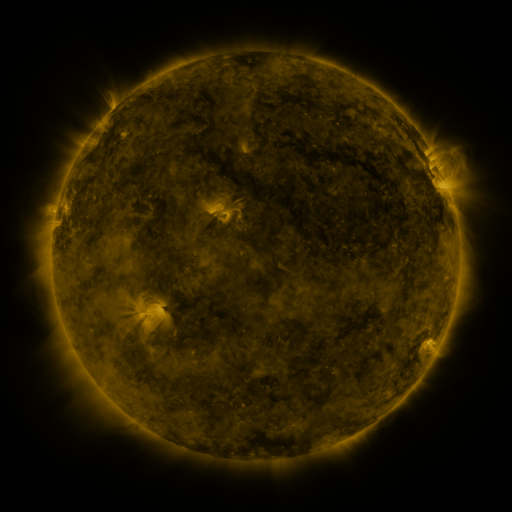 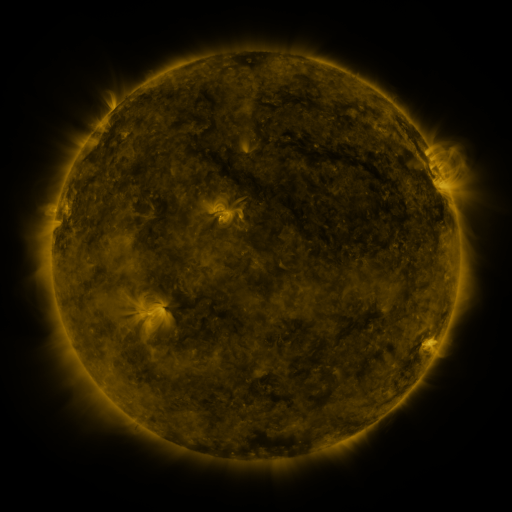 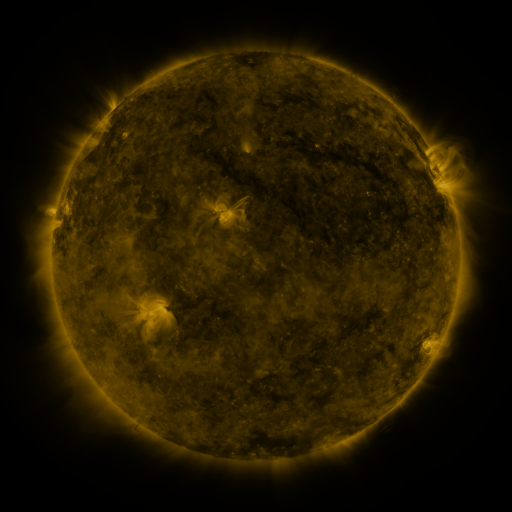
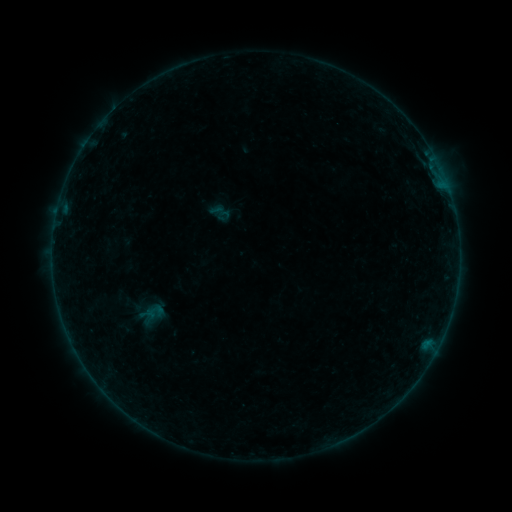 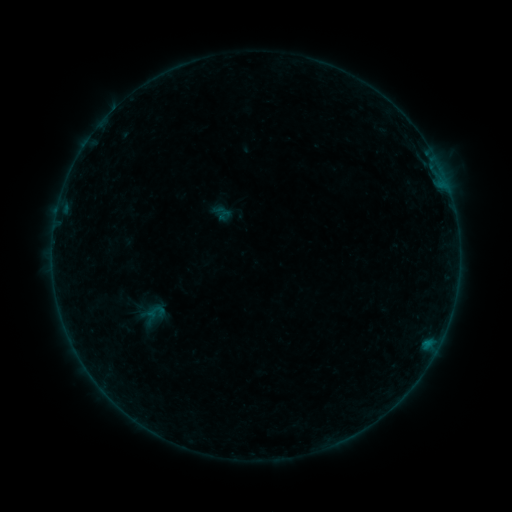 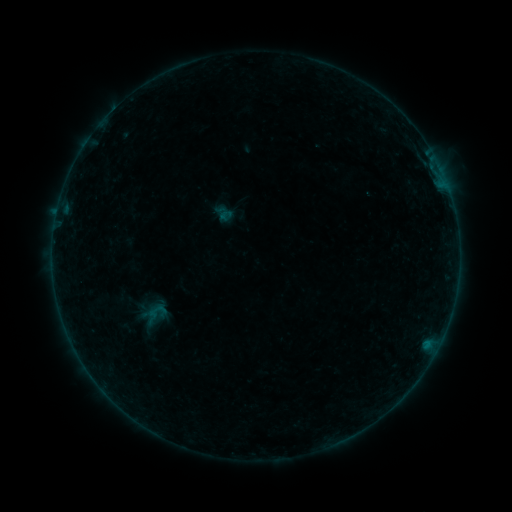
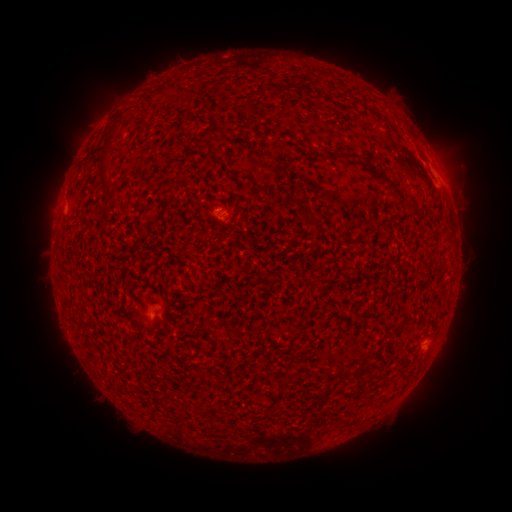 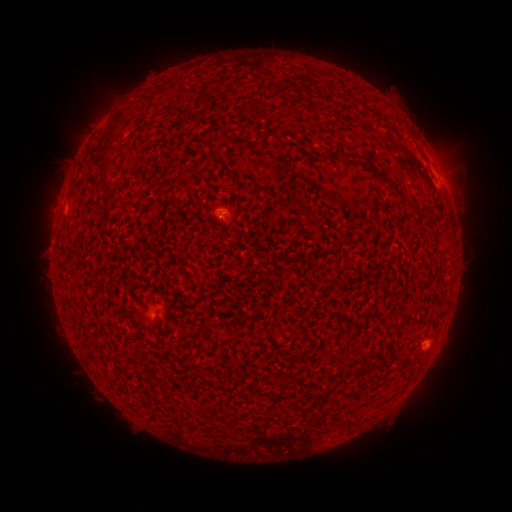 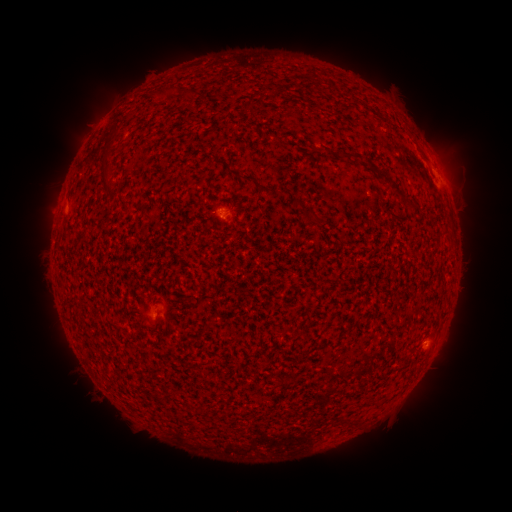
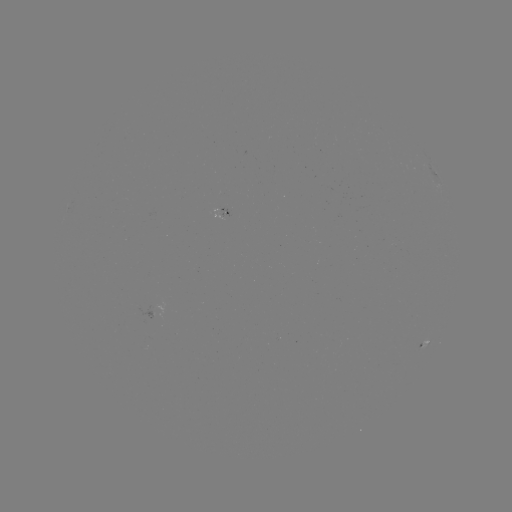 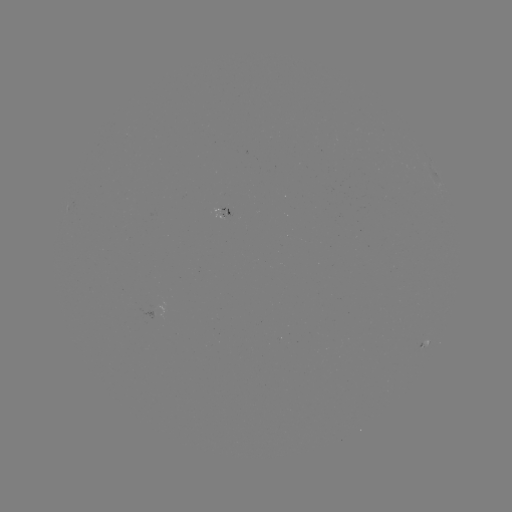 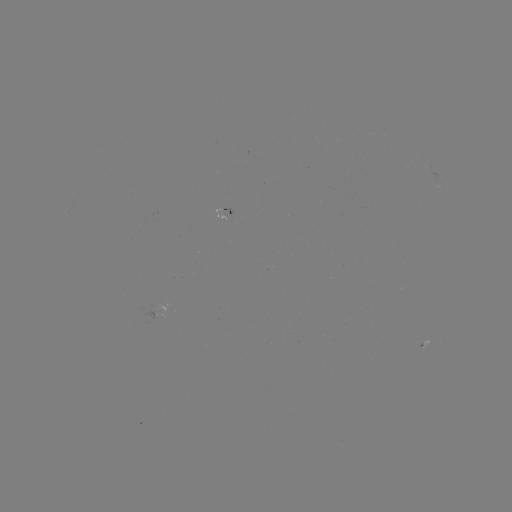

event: flare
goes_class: B1.1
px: (224, 221)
